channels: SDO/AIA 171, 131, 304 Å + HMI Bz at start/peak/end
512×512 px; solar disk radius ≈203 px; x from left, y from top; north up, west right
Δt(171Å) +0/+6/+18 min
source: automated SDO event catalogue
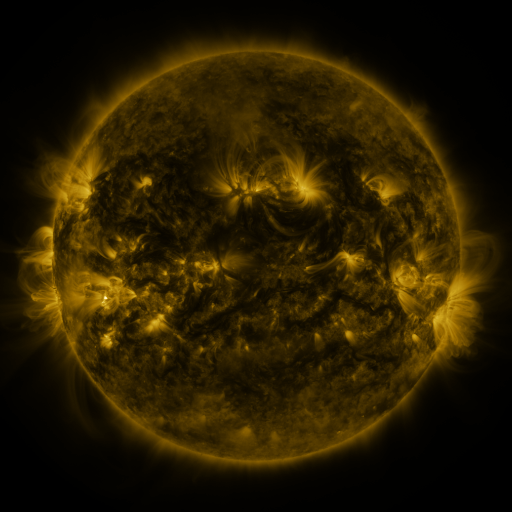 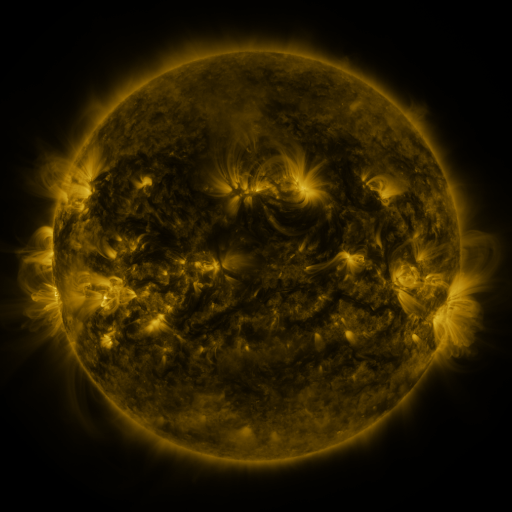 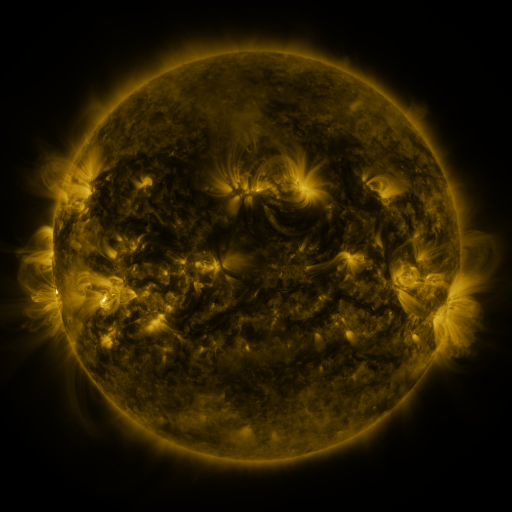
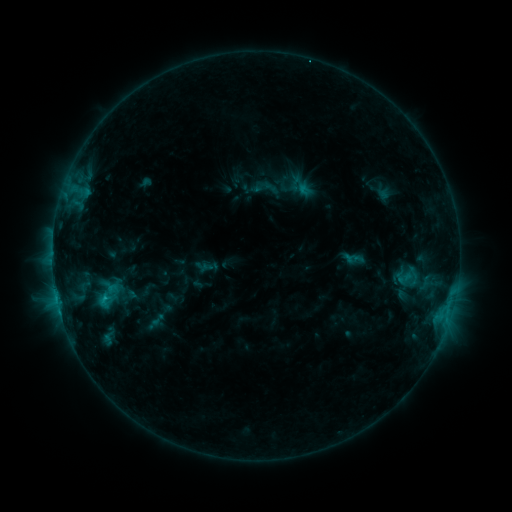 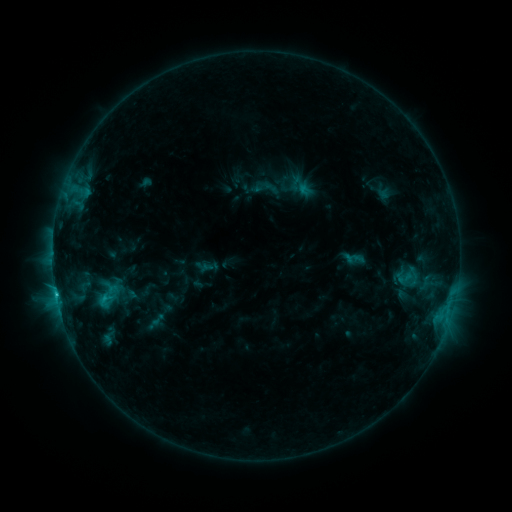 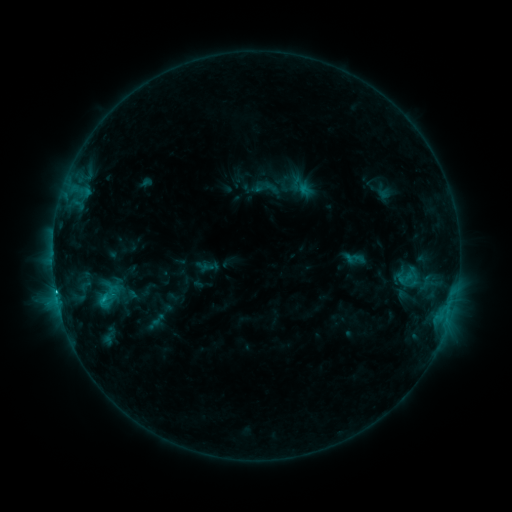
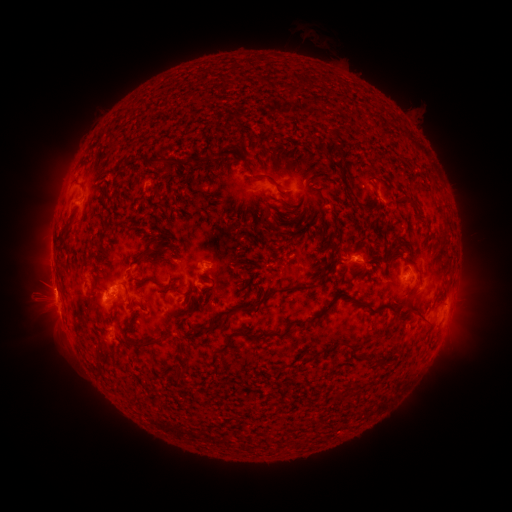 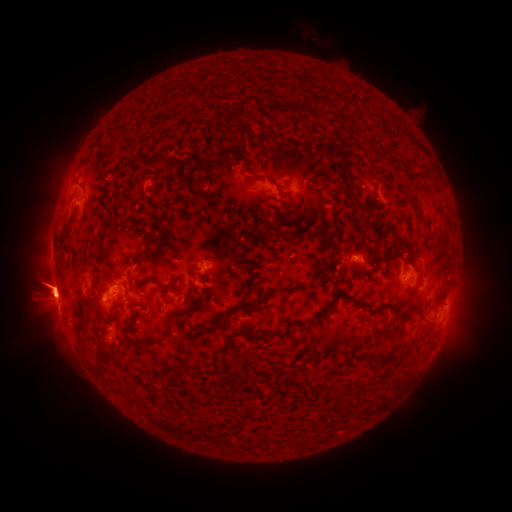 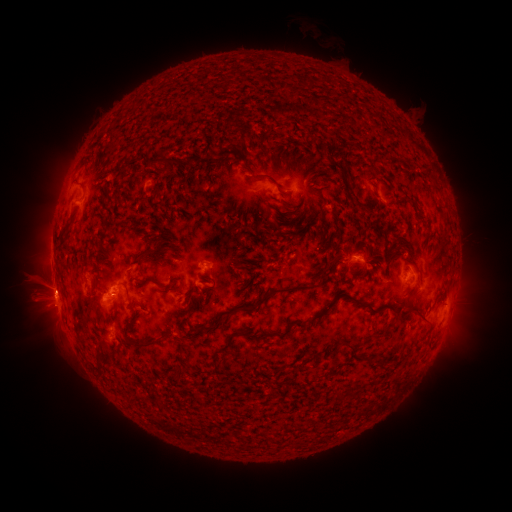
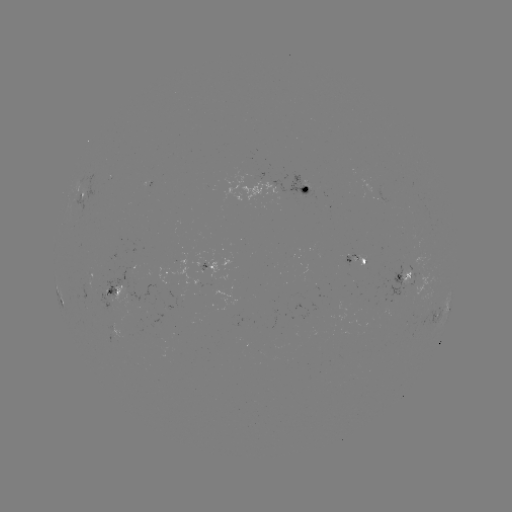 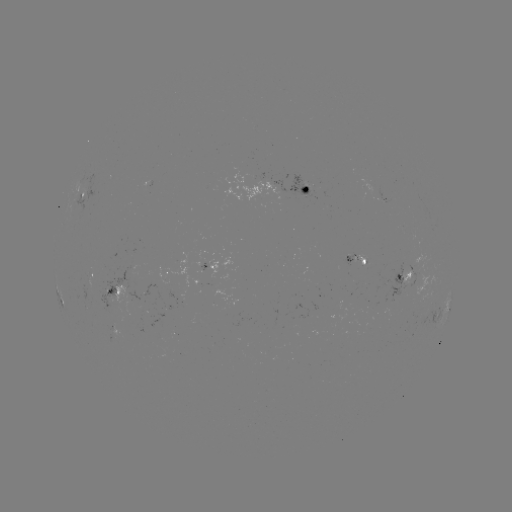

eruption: <bbox>5, 254, 95, 340</bbox>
